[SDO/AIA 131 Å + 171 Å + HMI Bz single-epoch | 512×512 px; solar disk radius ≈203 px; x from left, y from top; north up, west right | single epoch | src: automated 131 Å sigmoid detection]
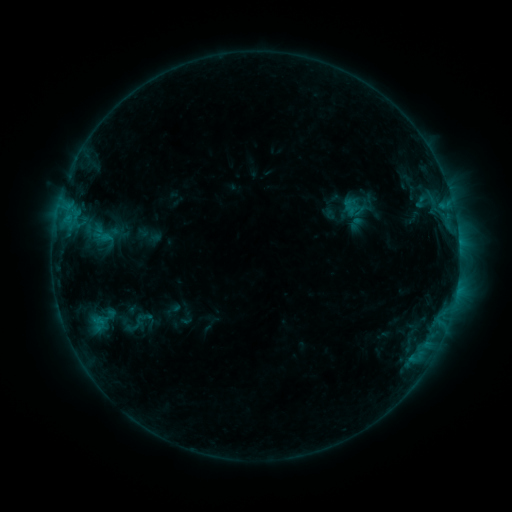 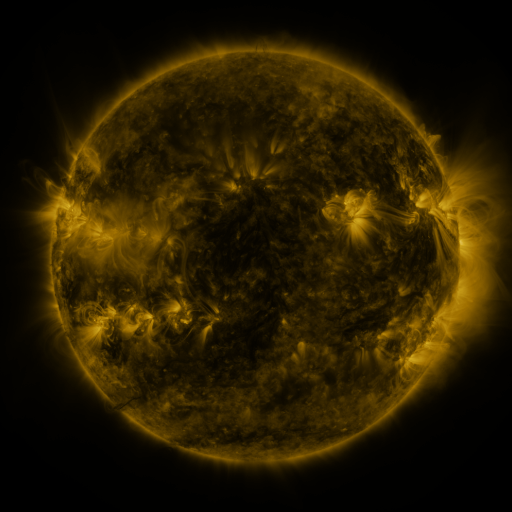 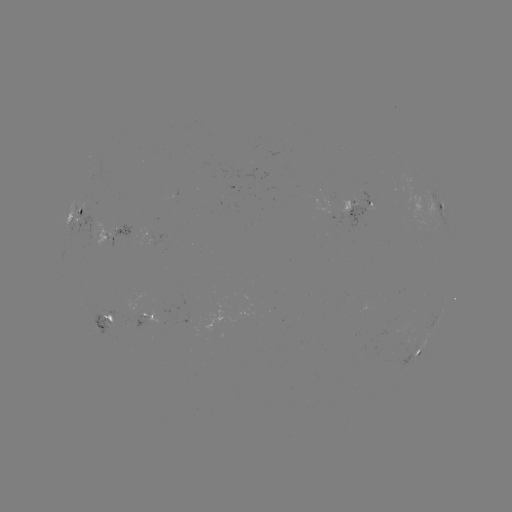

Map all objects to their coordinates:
sigmoid: (140, 322)
